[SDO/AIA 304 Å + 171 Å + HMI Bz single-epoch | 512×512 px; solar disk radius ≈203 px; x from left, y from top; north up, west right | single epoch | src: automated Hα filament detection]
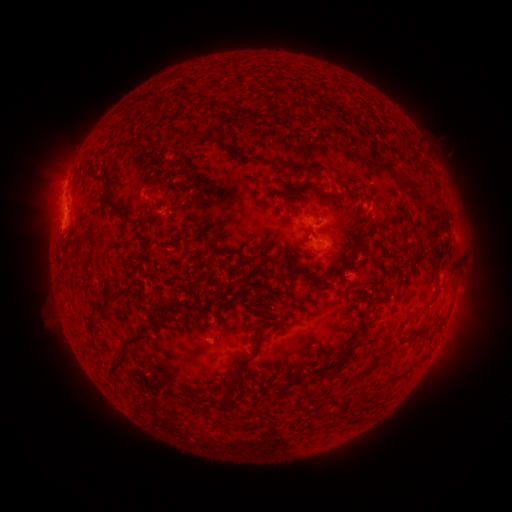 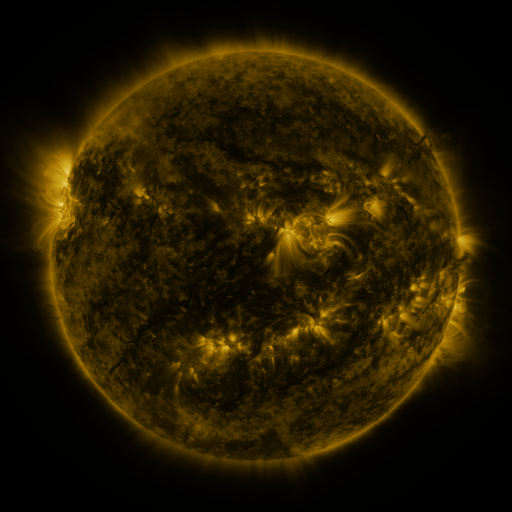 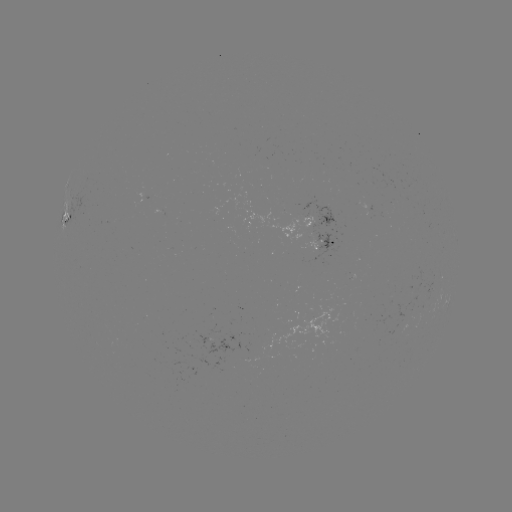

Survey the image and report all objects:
filament: (251, 112, 260, 121)
filament: (190, 131, 199, 140)
filament: (99, 163, 125, 213)
filament: (303, 182, 319, 192)
filament: (282, 200, 299, 216)
filament: (398, 201, 410, 209)
filament: (371, 215, 394, 233)
filament: (410, 228, 422, 245)
filament: (442, 265, 454, 276)
filament: (318, 271, 329, 281)
filament: (336, 293, 345, 300)
filament: (151, 303, 162, 312)
filament: (167, 304, 182, 310)
filament: (135, 321, 147, 331)
filament: (85, 322, 95, 333)
filament: (230, 333, 262, 381)
filament: (106, 336, 138, 376)
filament: (327, 349, 355, 379)
